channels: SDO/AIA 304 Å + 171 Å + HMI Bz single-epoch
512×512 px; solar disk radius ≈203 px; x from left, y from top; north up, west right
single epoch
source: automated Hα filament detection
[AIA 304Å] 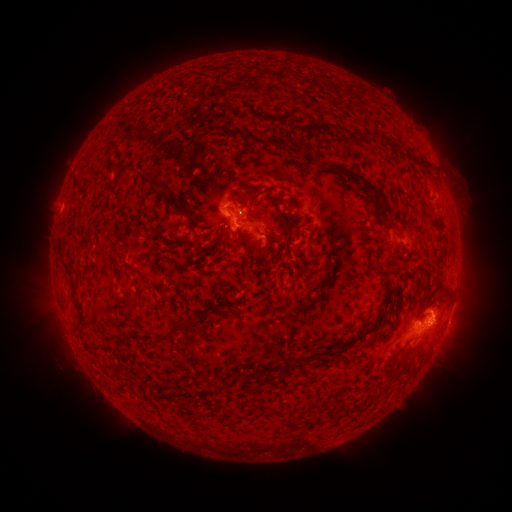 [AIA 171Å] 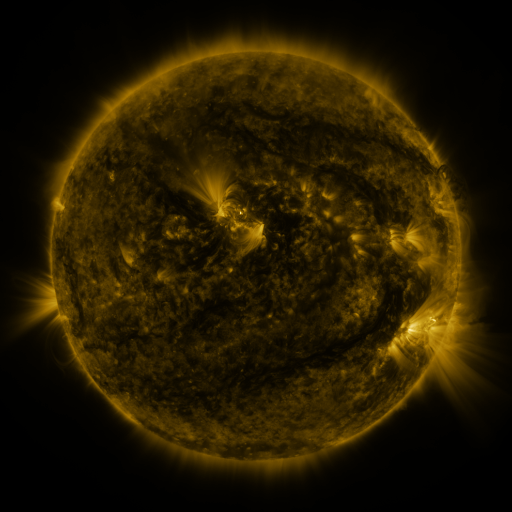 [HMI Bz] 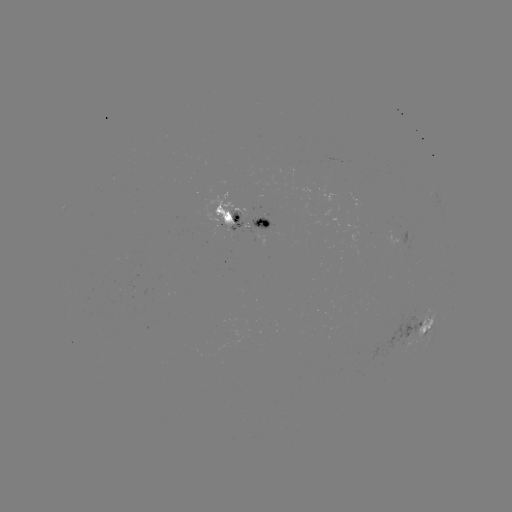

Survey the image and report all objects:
filament: (217, 125, 227, 136)
filament: (226, 129, 249, 142)
filament: (346, 130, 396, 146)
filament: (261, 136, 279, 150)
filament: (301, 154, 383, 211)
filament: (114, 169, 129, 183)
filament: (132, 171, 163, 191)
filament: (424, 172, 436, 187)
filament: (243, 193, 253, 212)
filament: (270, 200, 284, 220)
filament: (163, 202, 185, 218)
filament: (285, 215, 293, 228)
filament: (379, 215, 402, 235)
filament: (266, 224, 294, 240)
filament: (230, 230, 245, 252)
filament: (209, 240, 220, 259)
filament: (252, 240, 259, 252)
filament: (57, 247, 86, 328)
filament: (440, 284, 451, 297)
filament: (152, 292, 170, 306)
filament: (159, 320, 189, 343)
filament: (357, 323, 371, 337)
filament: (345, 333, 353, 343)
